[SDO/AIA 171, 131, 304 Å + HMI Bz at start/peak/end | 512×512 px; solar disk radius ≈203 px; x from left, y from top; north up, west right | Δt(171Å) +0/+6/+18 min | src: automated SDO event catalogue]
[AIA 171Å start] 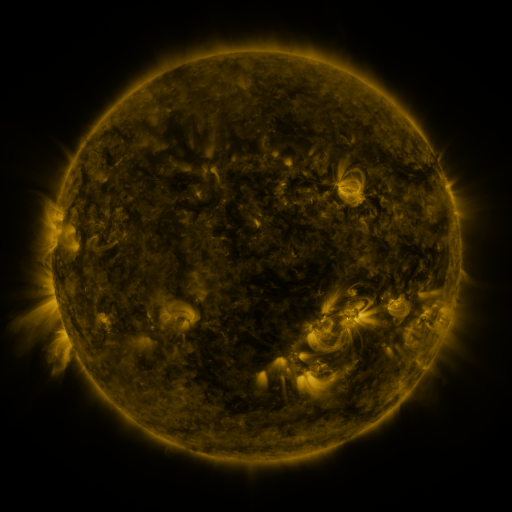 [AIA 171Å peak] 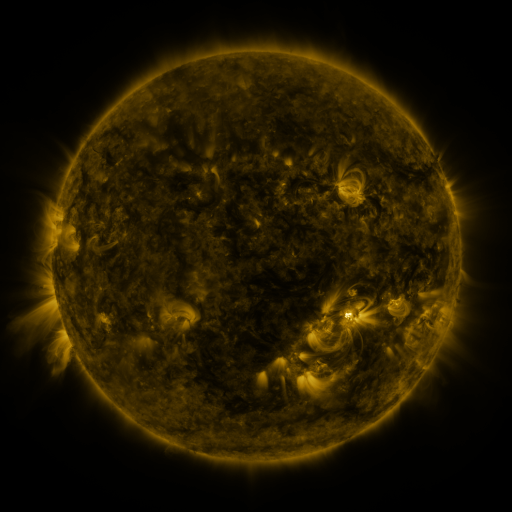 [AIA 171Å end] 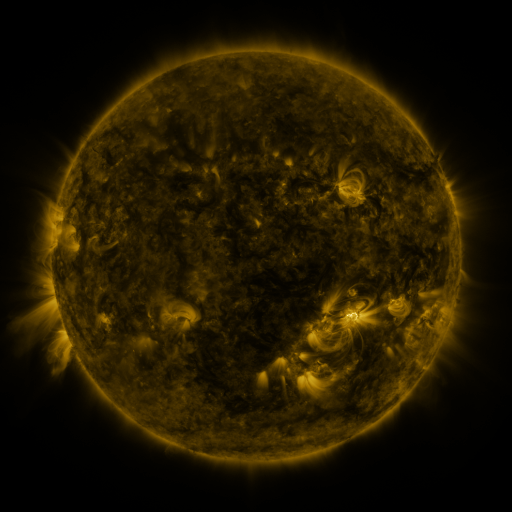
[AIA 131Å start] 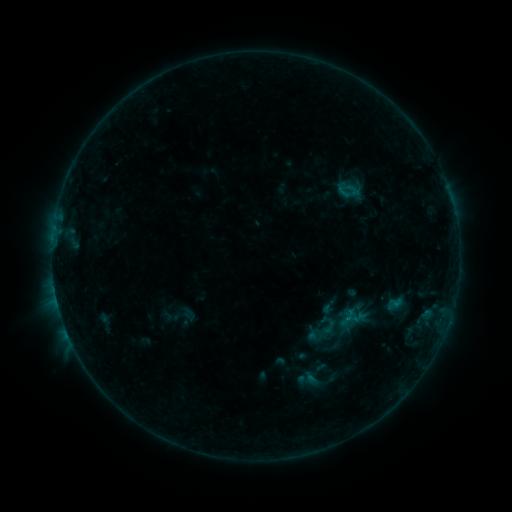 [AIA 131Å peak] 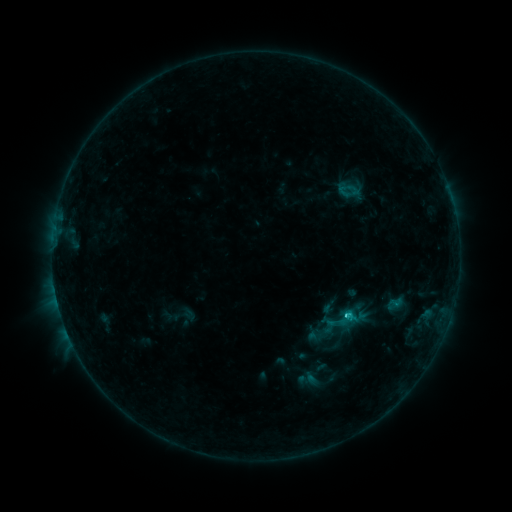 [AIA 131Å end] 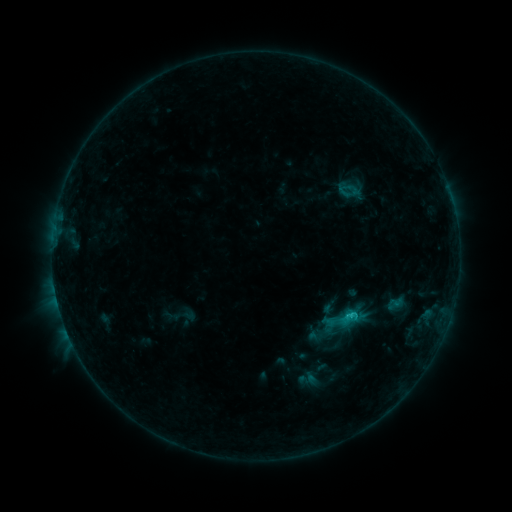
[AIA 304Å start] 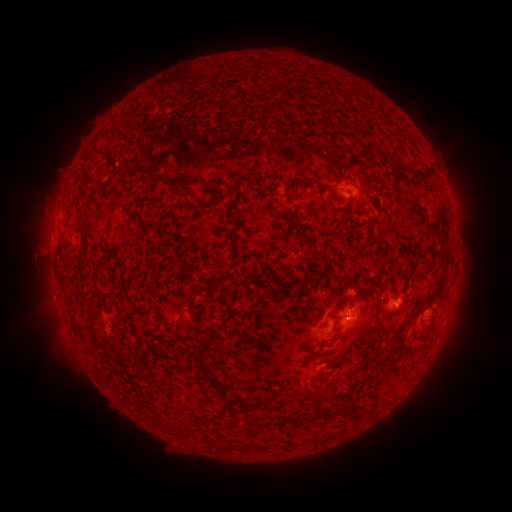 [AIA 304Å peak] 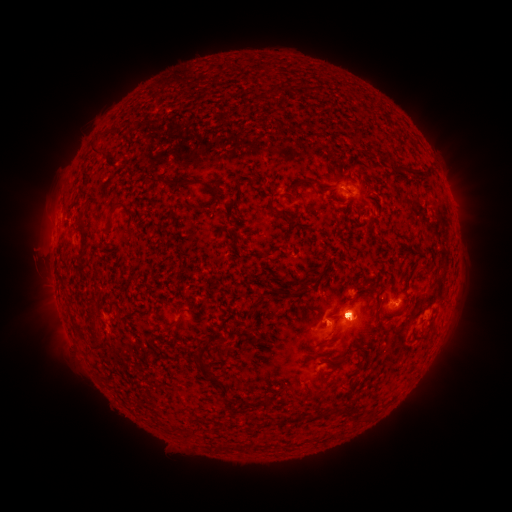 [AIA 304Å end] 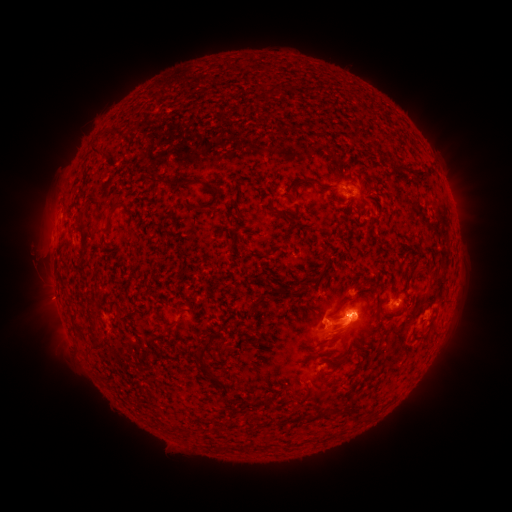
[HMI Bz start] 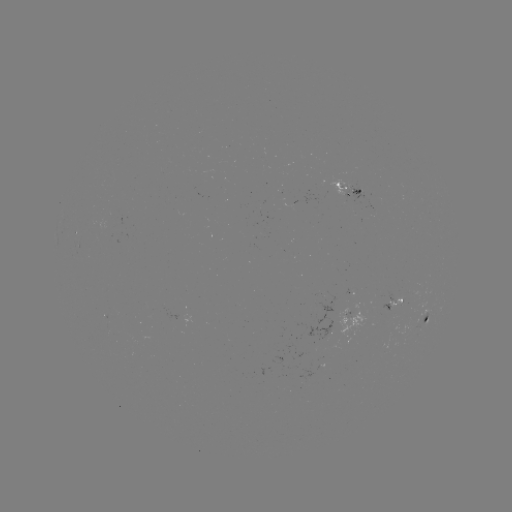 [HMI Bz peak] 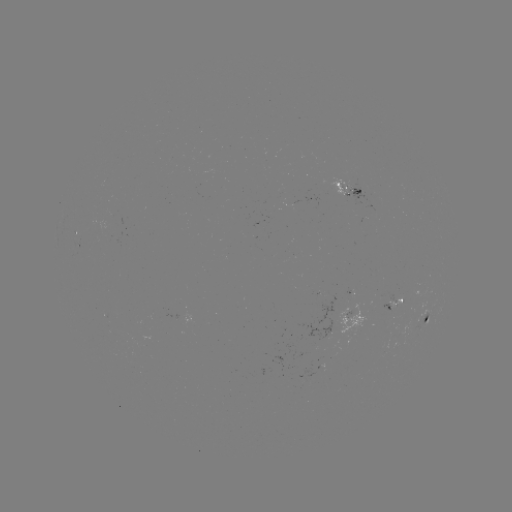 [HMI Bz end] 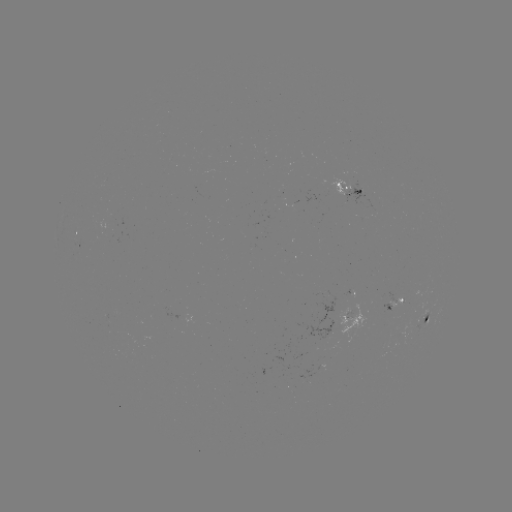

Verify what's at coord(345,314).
C1.3 flare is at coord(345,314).